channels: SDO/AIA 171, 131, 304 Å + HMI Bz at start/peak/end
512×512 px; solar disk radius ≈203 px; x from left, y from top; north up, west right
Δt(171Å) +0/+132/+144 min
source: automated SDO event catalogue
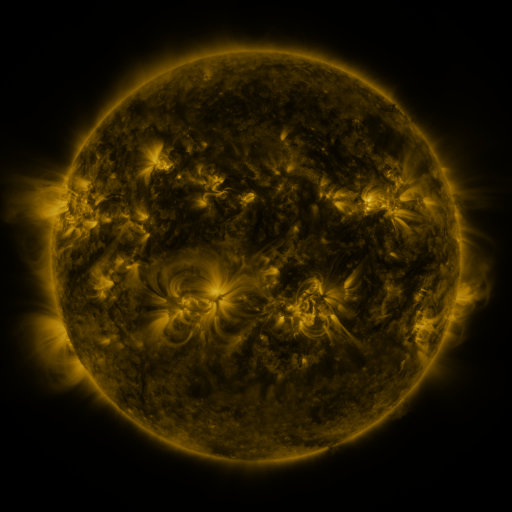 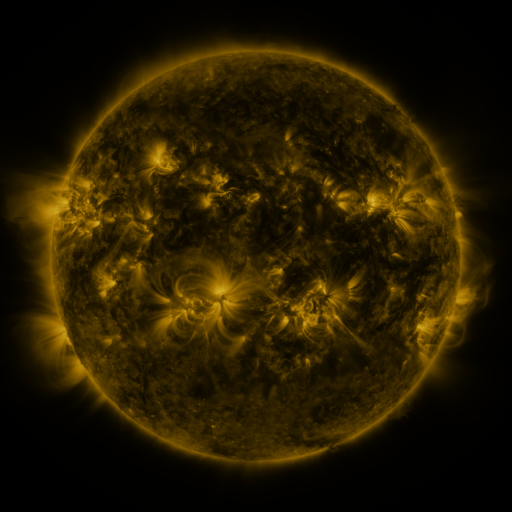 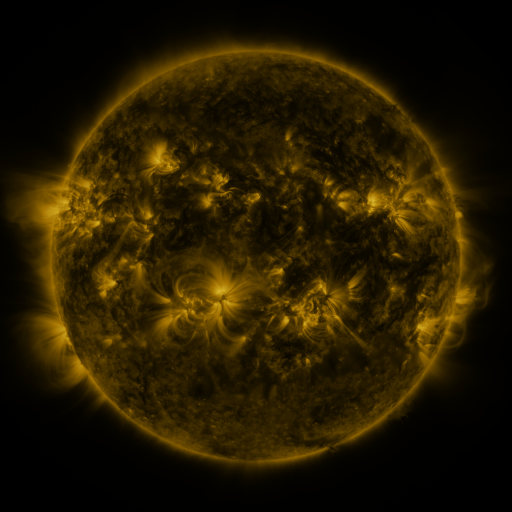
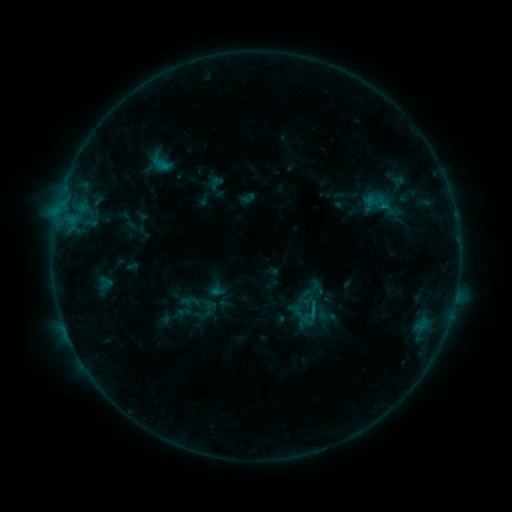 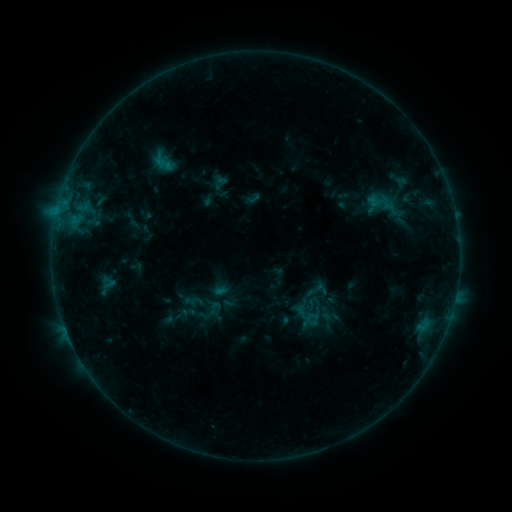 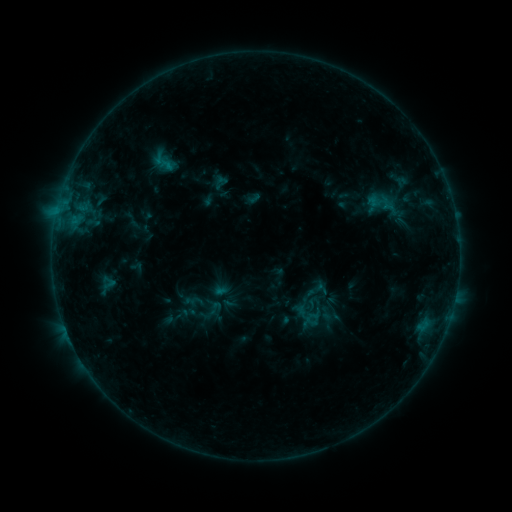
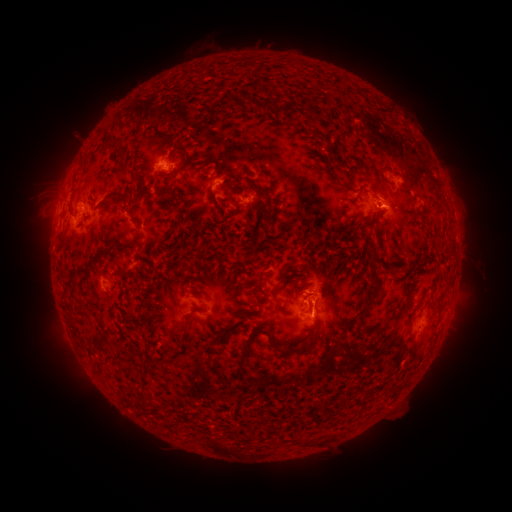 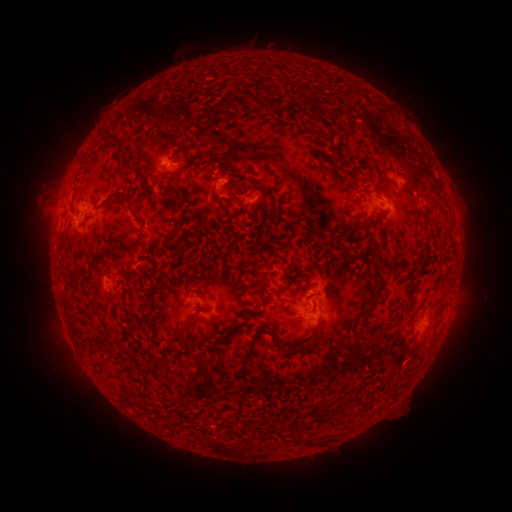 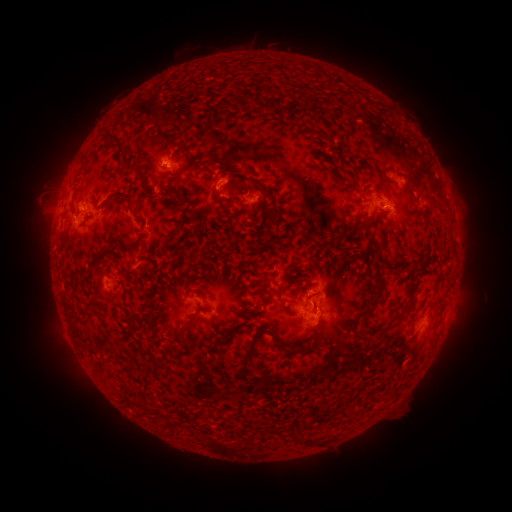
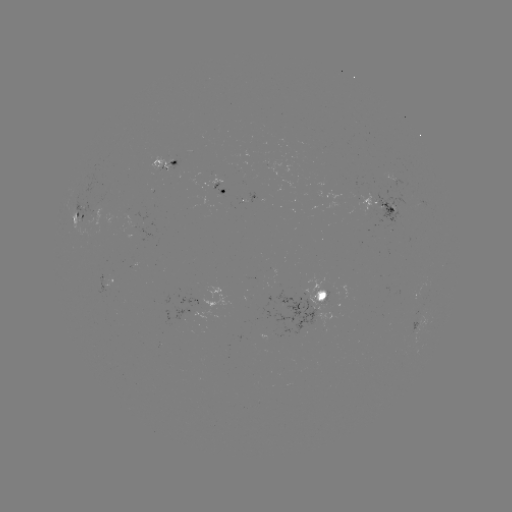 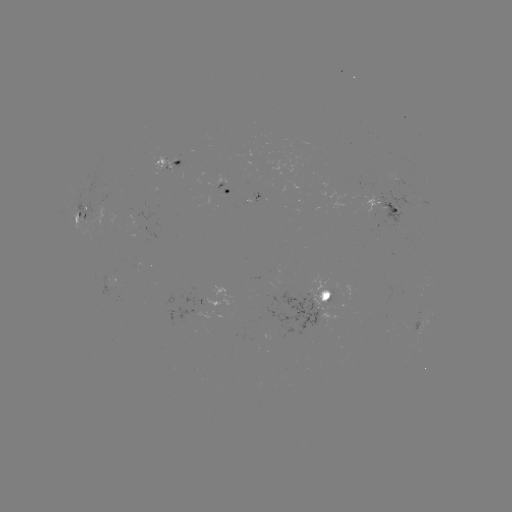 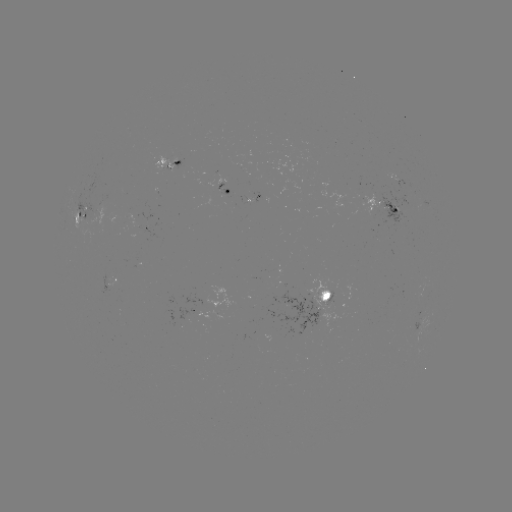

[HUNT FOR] emerging-flux region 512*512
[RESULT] [382, 210]